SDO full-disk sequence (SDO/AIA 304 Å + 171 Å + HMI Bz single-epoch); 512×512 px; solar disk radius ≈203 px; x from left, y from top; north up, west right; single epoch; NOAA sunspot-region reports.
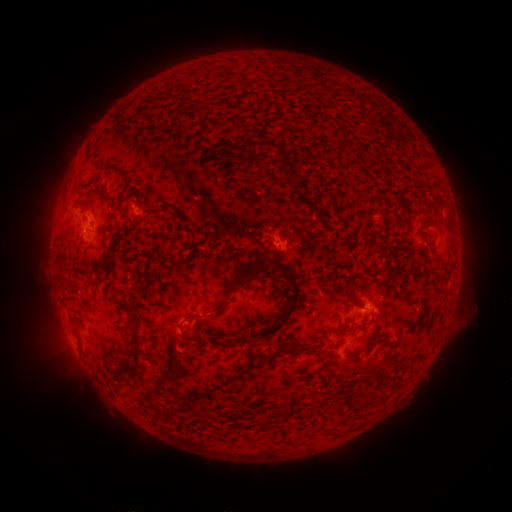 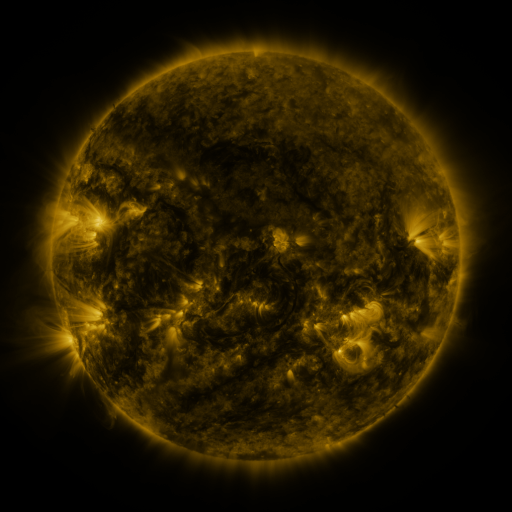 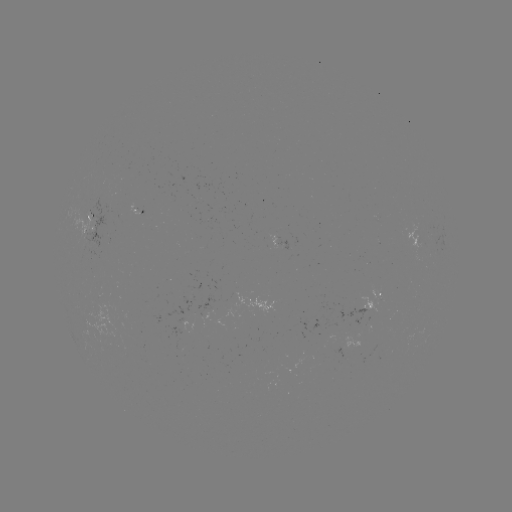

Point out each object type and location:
spotted active region: (140, 211)
spotted active region: (97, 233)
spotted active region: (284, 244)
spotted active region: (373, 303)
